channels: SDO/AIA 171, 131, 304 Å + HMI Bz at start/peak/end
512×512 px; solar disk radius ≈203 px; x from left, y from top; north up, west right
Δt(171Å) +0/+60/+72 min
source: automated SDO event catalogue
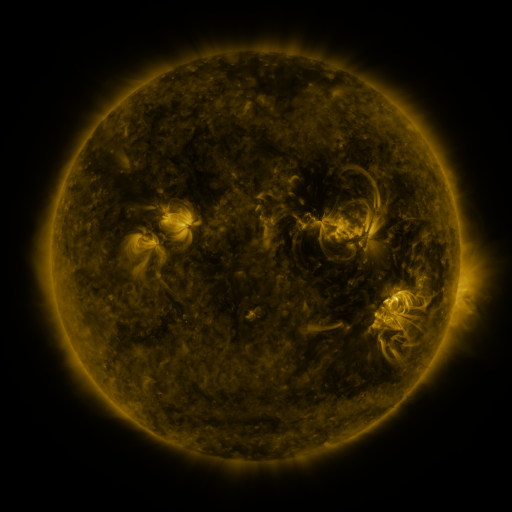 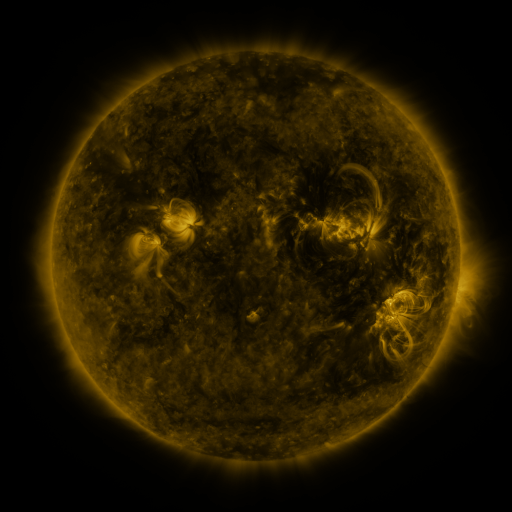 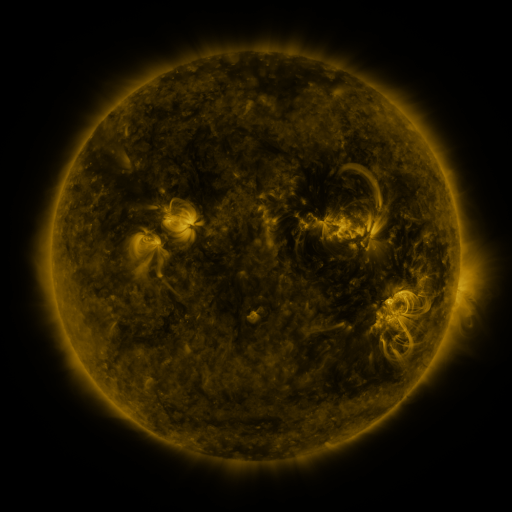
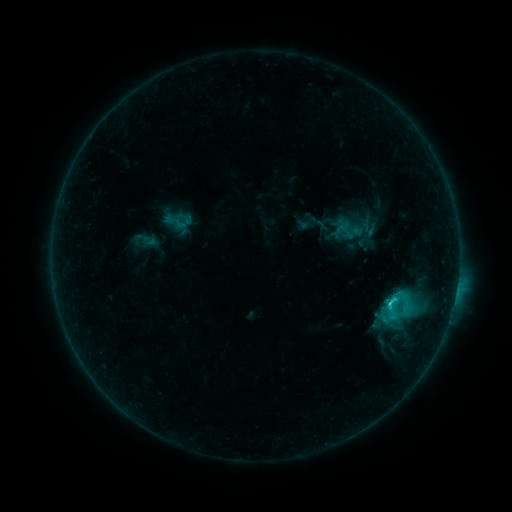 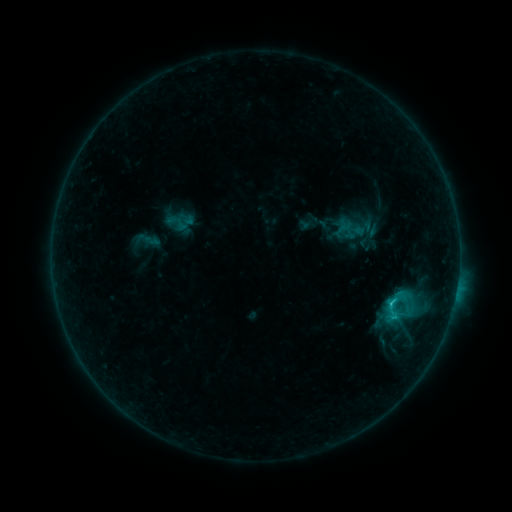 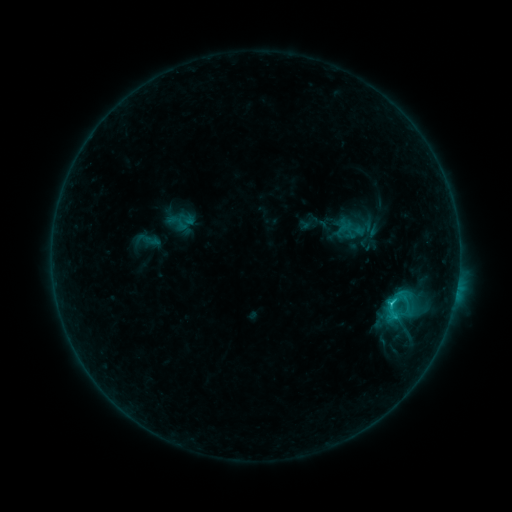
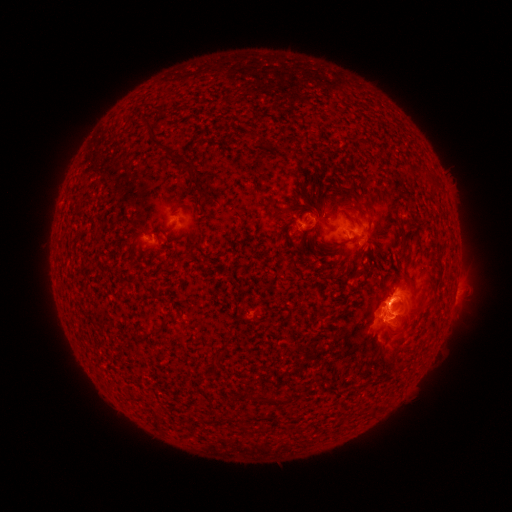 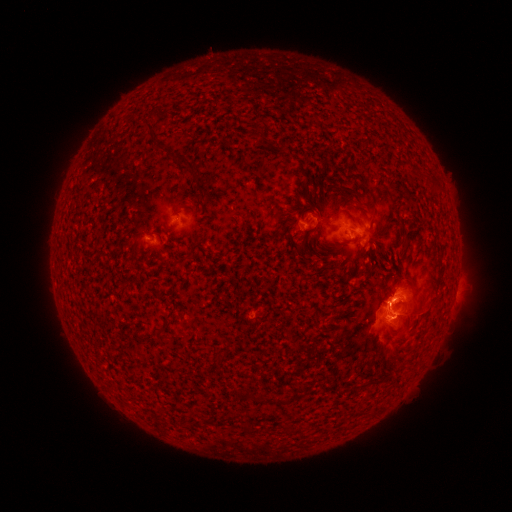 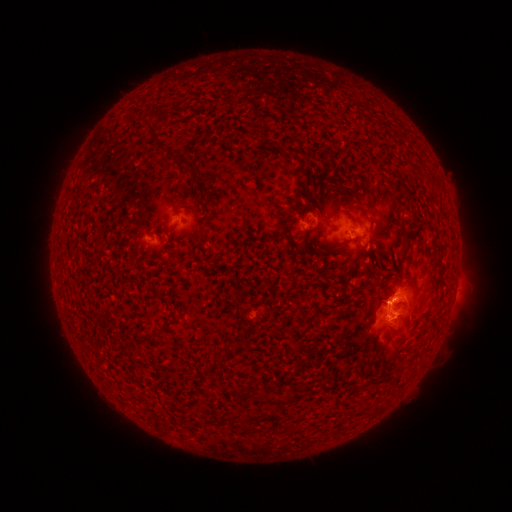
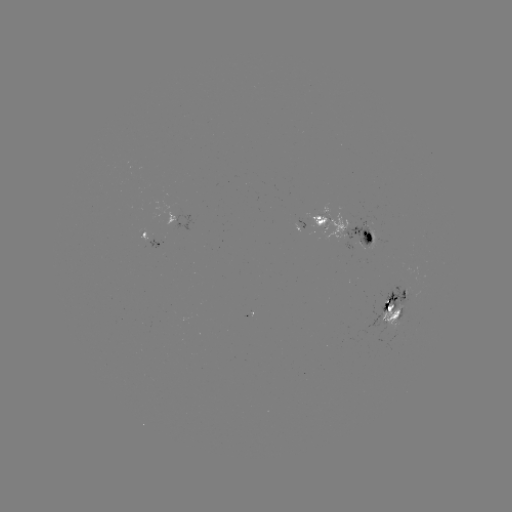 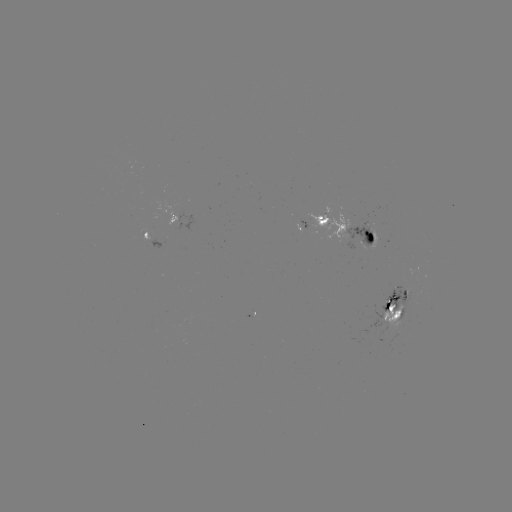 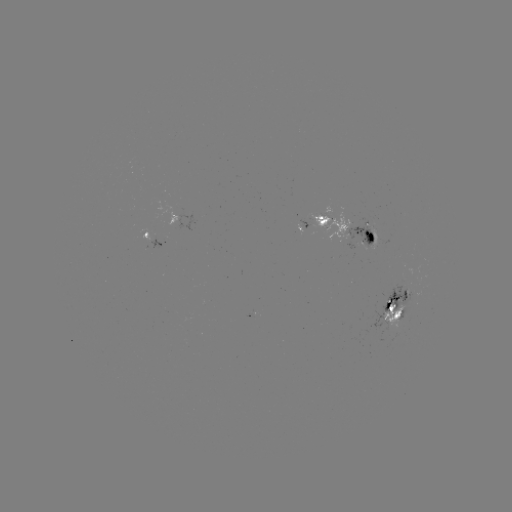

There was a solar emerging-flux region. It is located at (403, 297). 